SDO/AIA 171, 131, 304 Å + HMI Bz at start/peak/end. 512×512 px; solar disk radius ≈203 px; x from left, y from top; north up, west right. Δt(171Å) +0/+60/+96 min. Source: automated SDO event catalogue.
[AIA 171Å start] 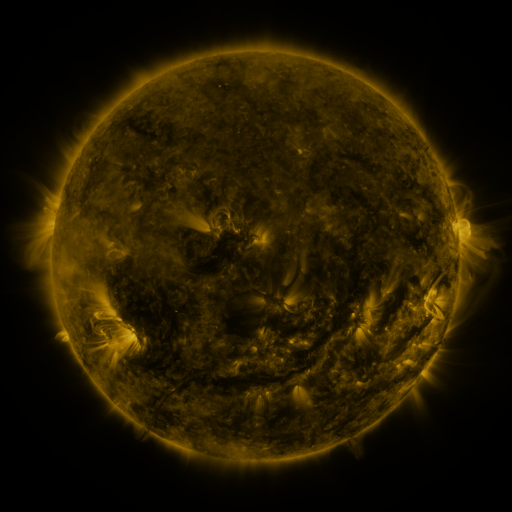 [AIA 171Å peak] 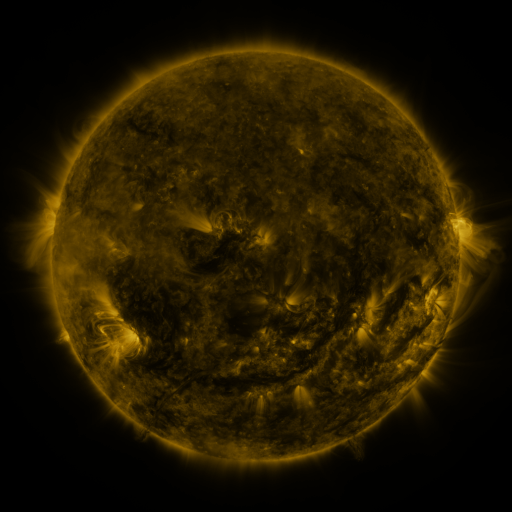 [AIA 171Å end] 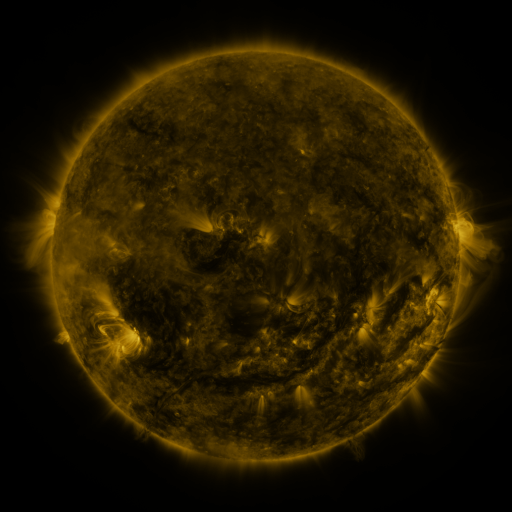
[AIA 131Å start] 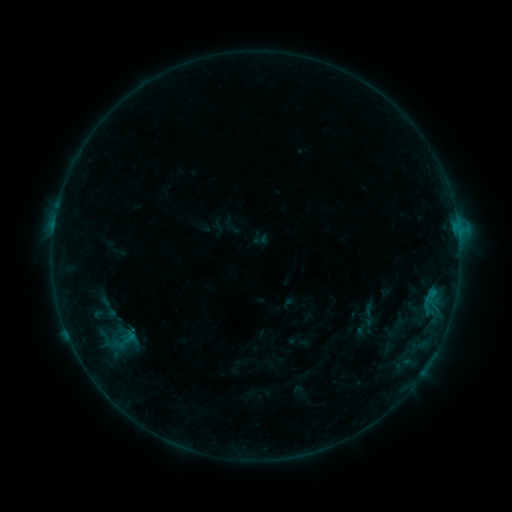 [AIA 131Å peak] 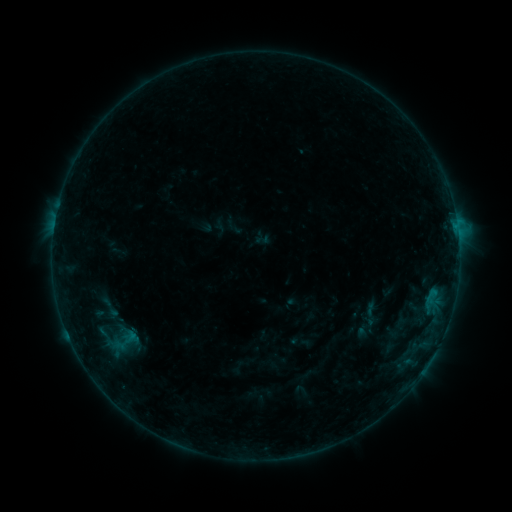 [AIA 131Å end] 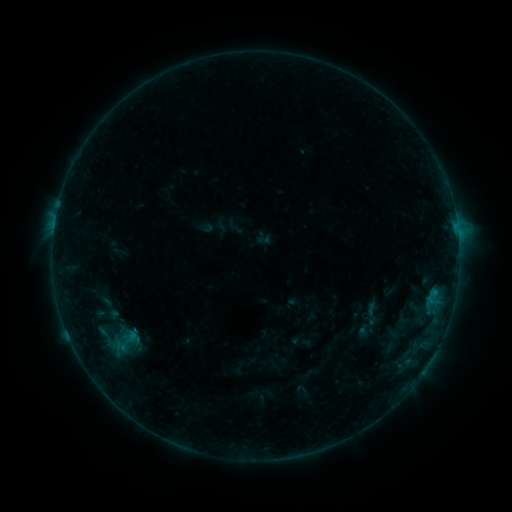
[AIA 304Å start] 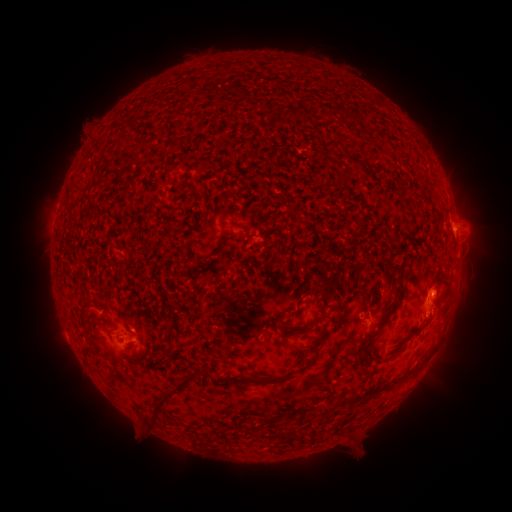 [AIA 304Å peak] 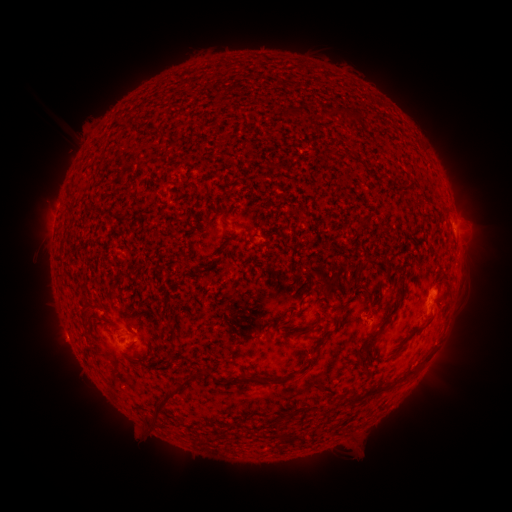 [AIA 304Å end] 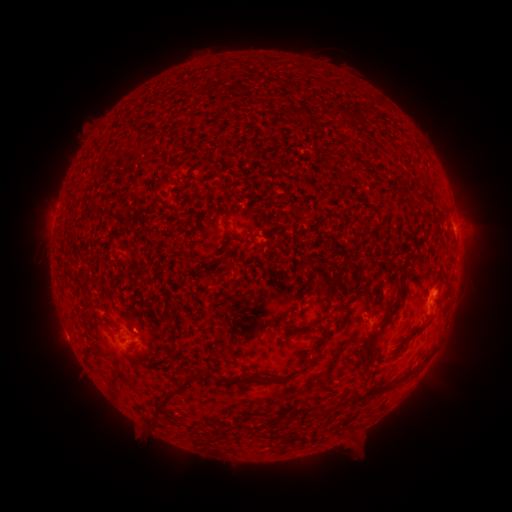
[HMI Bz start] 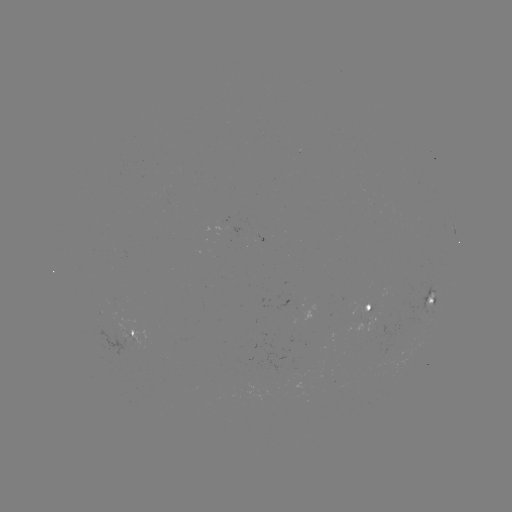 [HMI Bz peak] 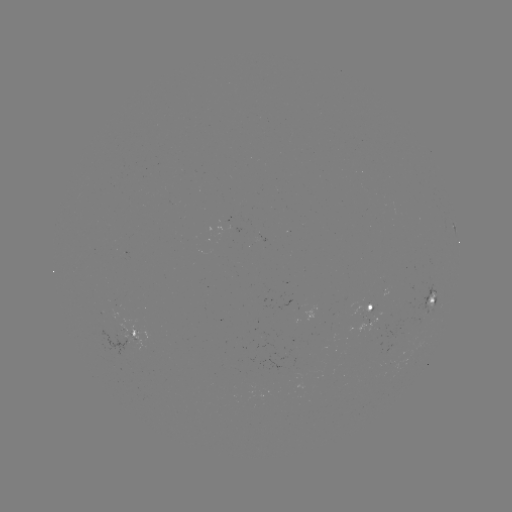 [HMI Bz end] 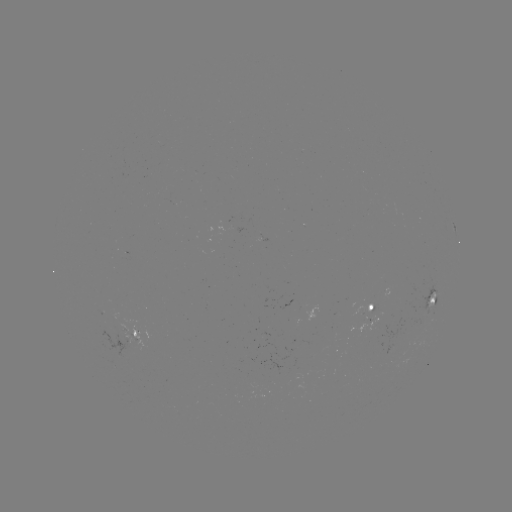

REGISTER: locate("emerging-flux region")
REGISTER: [135, 336]